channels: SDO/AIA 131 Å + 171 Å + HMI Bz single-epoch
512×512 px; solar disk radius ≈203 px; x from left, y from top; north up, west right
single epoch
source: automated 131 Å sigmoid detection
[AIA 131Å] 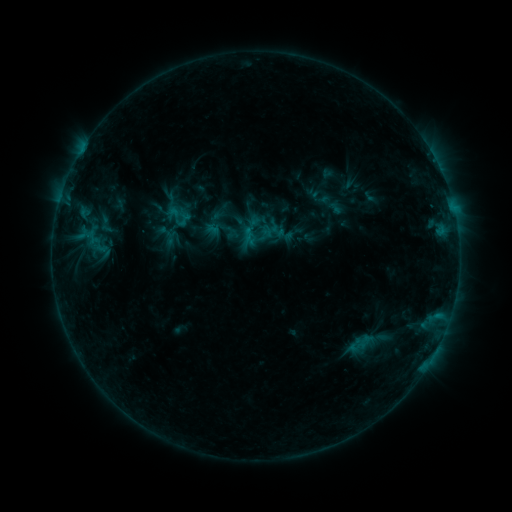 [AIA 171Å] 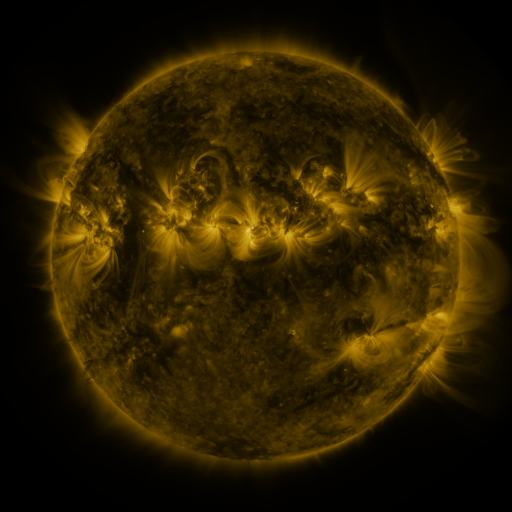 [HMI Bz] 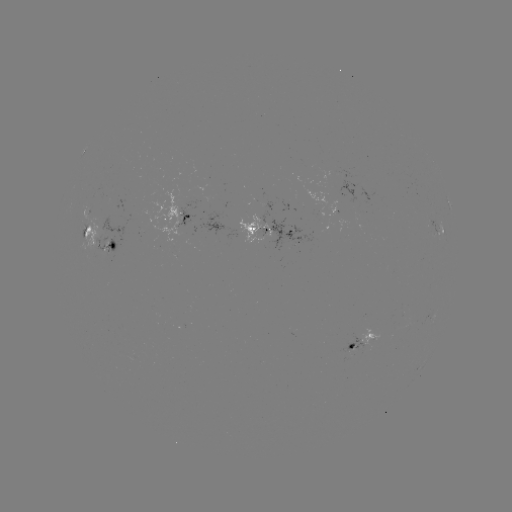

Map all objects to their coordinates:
sigmoid: (95, 212, 116, 237)
